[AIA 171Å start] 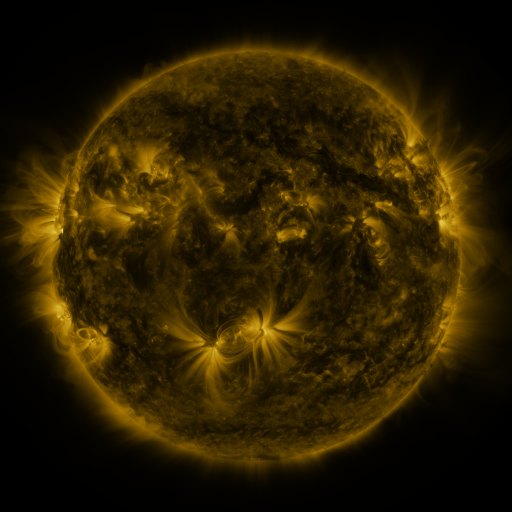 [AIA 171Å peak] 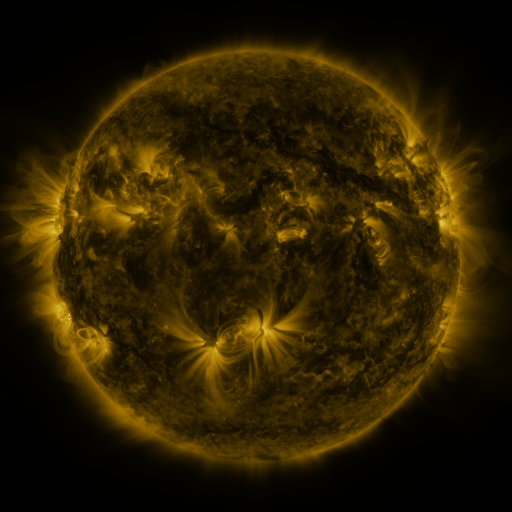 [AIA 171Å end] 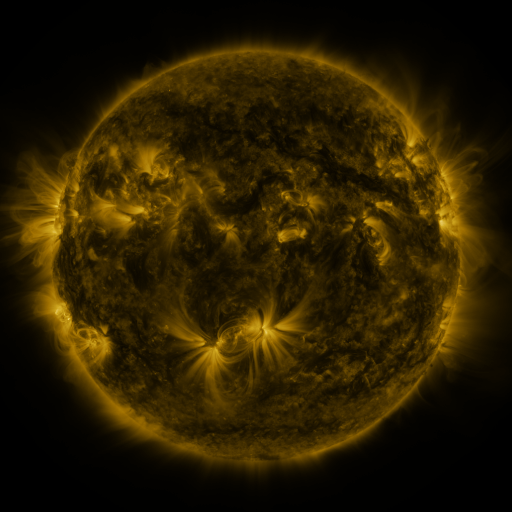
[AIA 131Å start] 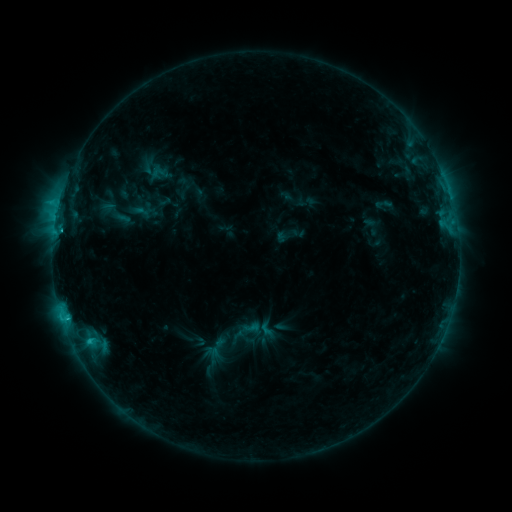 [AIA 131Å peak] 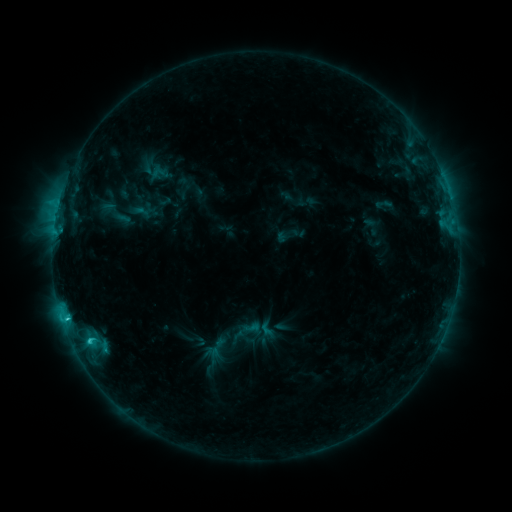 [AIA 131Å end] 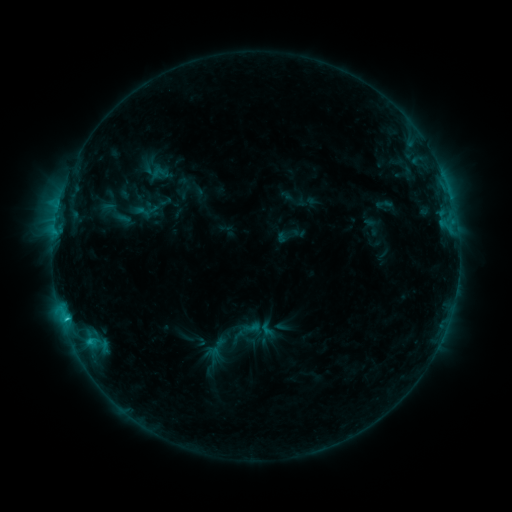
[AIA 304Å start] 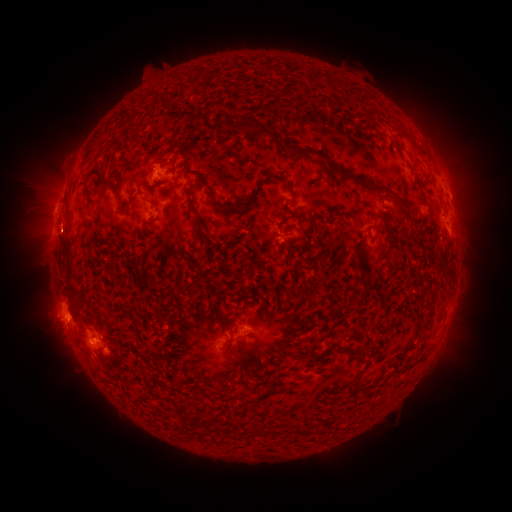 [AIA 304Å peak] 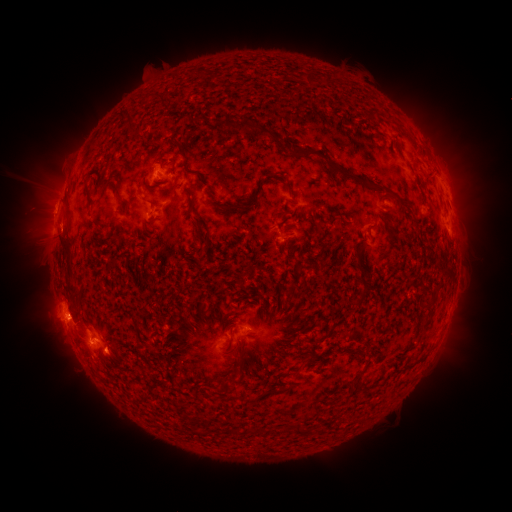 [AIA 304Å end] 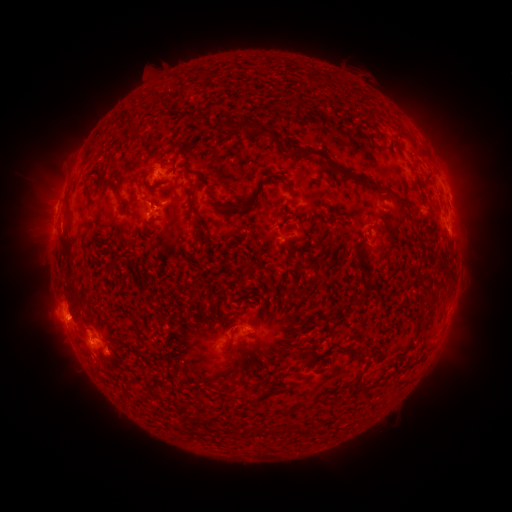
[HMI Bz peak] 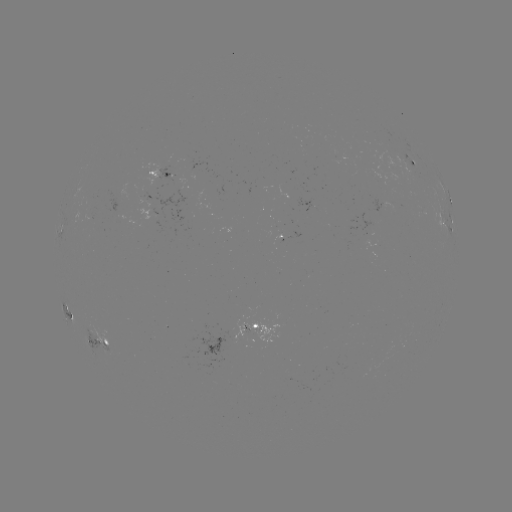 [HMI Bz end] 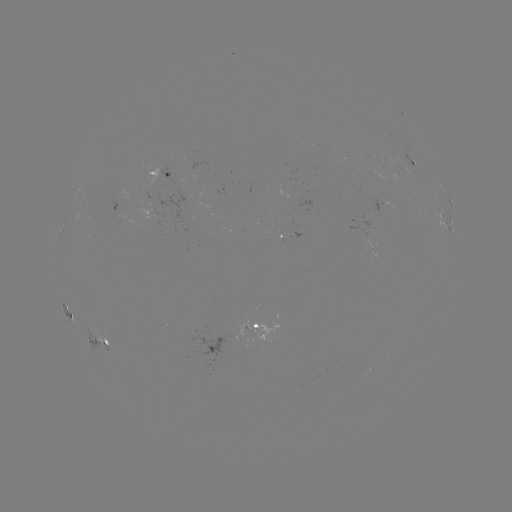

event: flare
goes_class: C3.2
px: (68, 317)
